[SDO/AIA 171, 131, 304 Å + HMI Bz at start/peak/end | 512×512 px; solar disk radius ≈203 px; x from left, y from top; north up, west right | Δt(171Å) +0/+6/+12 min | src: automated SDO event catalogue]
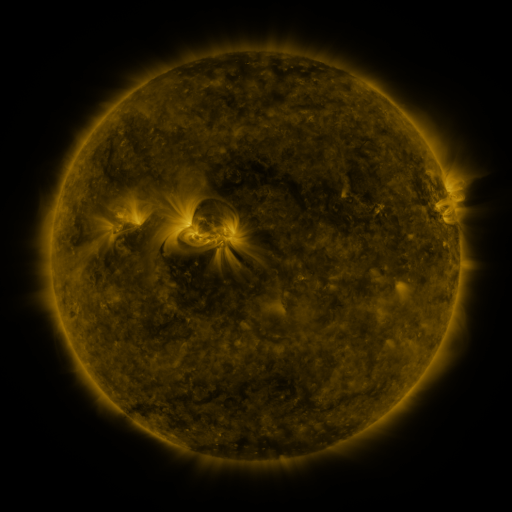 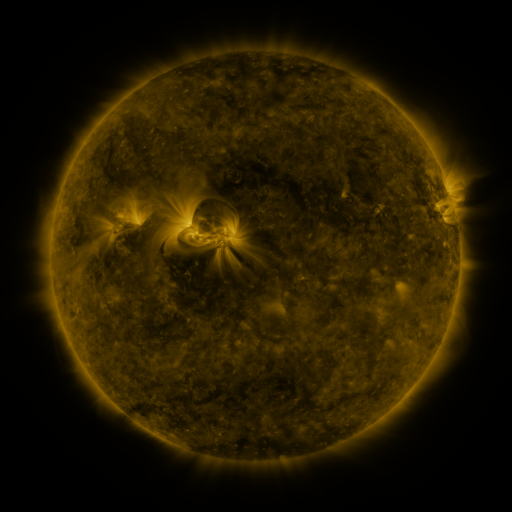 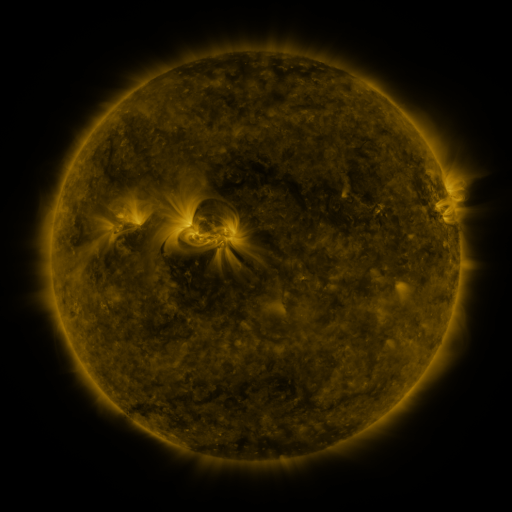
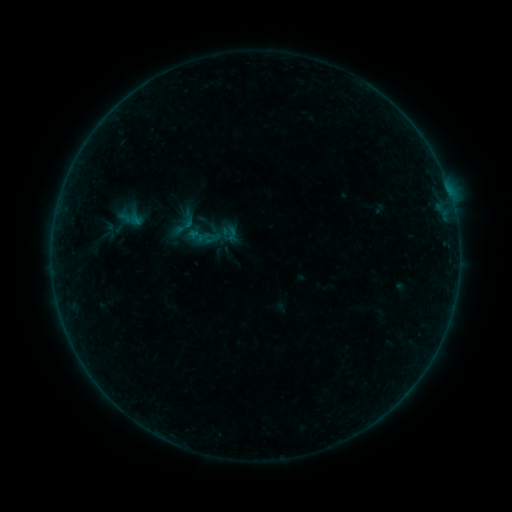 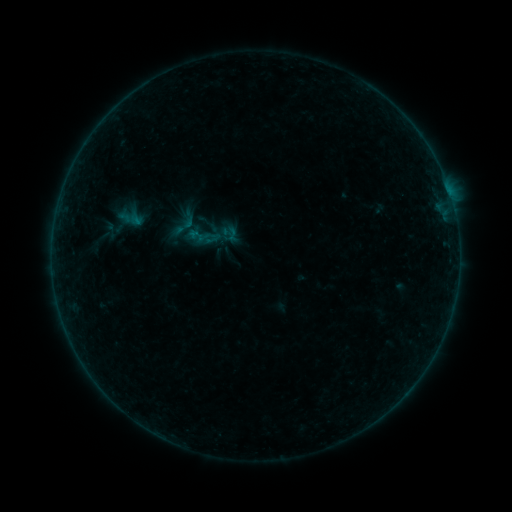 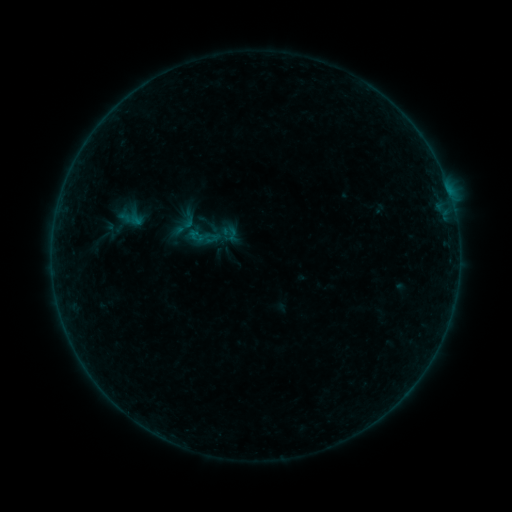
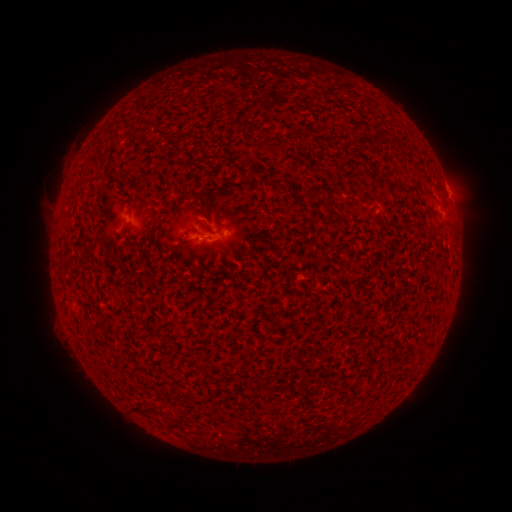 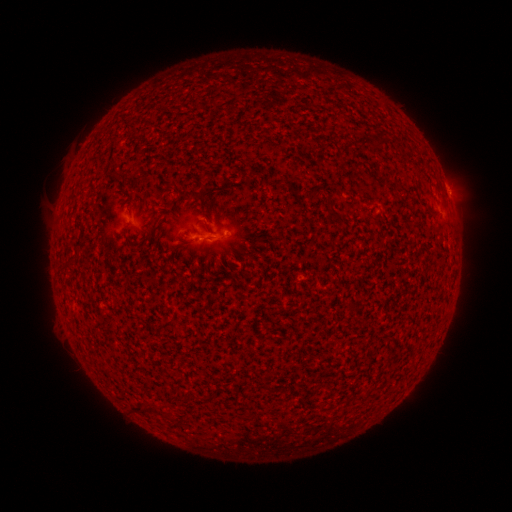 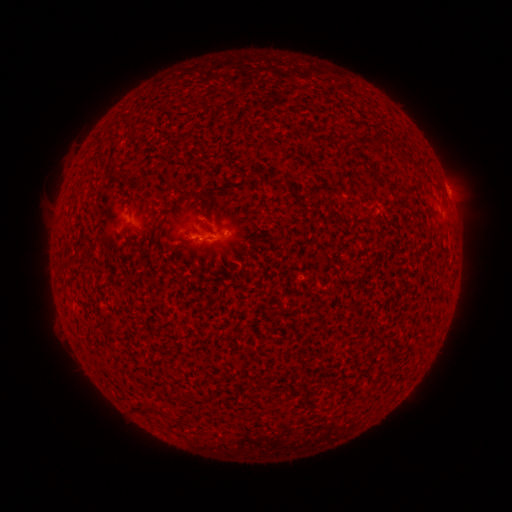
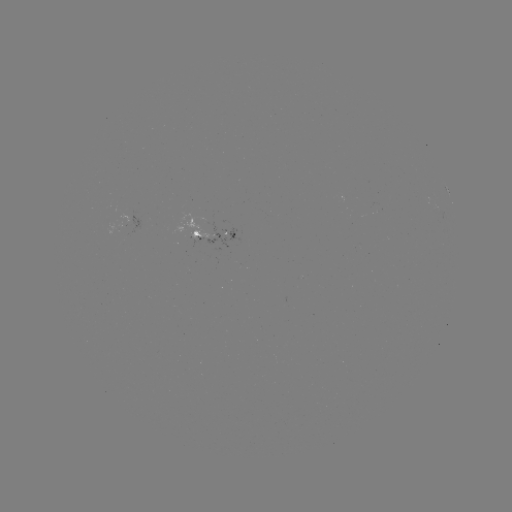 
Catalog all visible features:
B1.0 flare: (196, 241)
